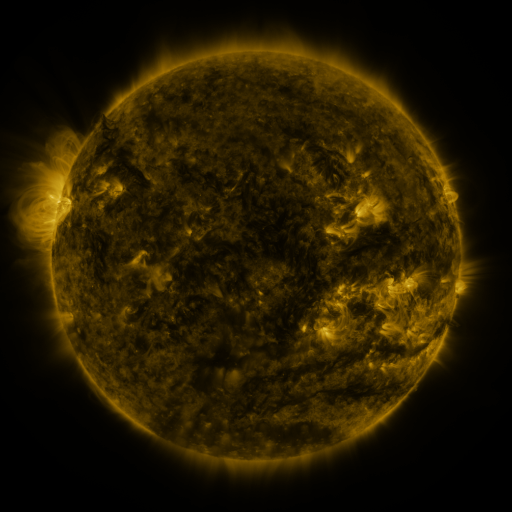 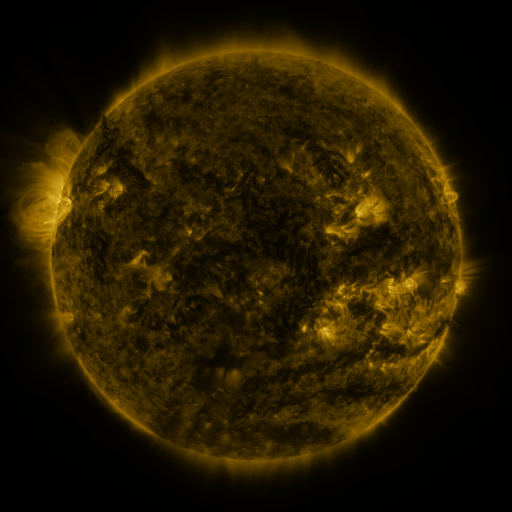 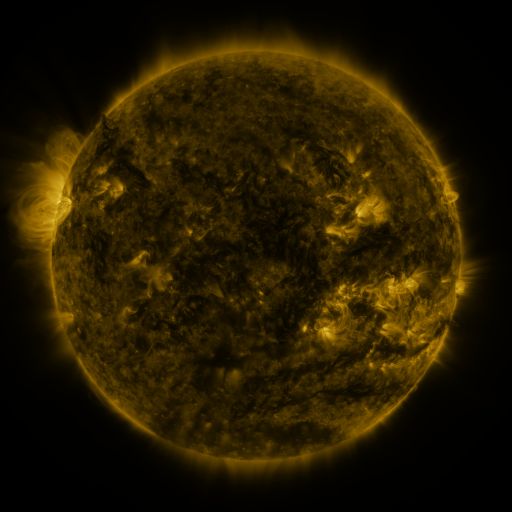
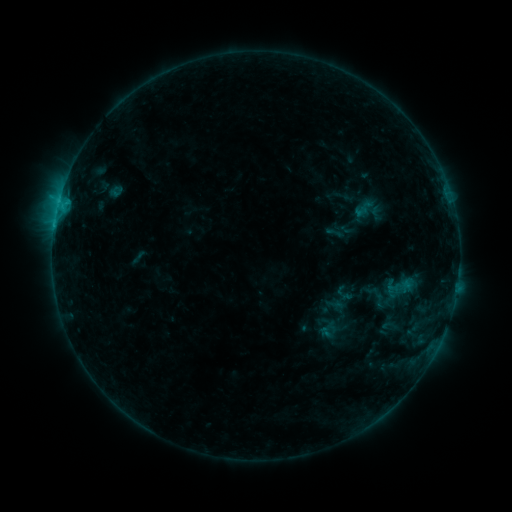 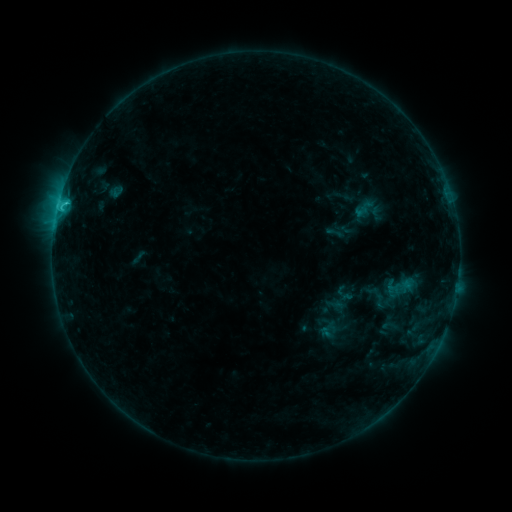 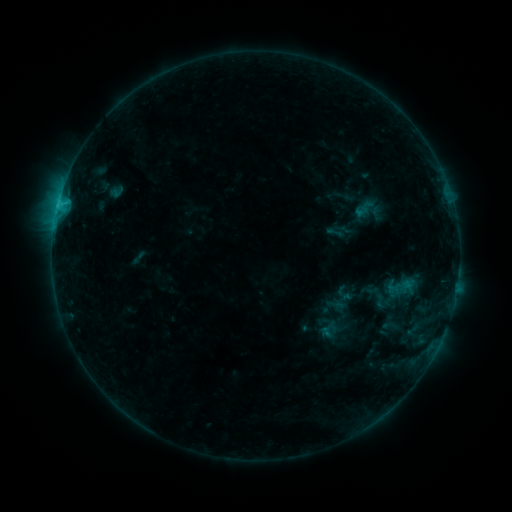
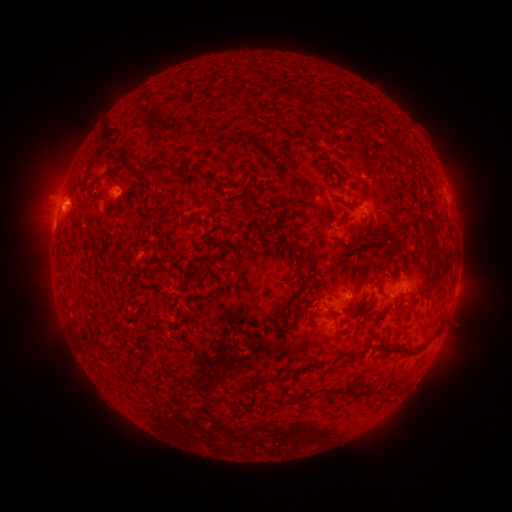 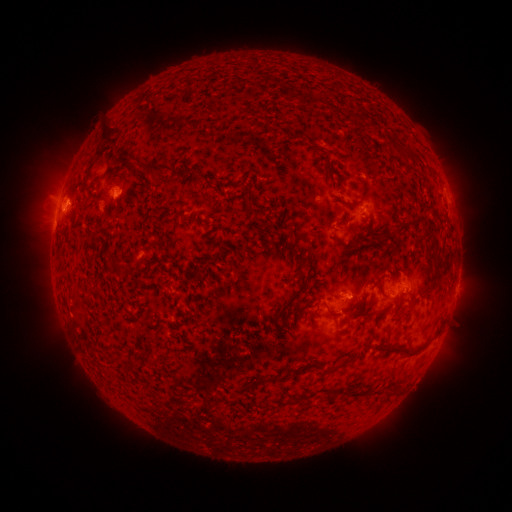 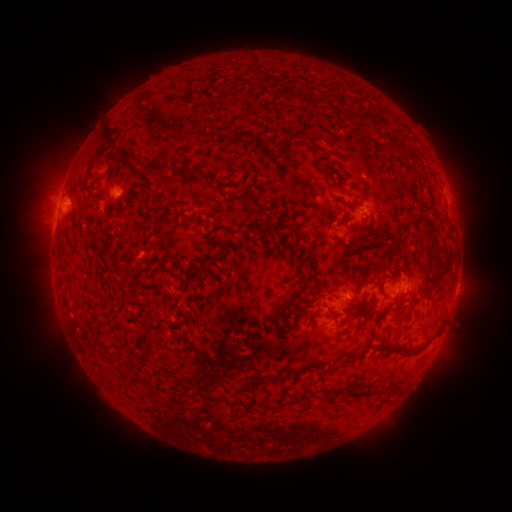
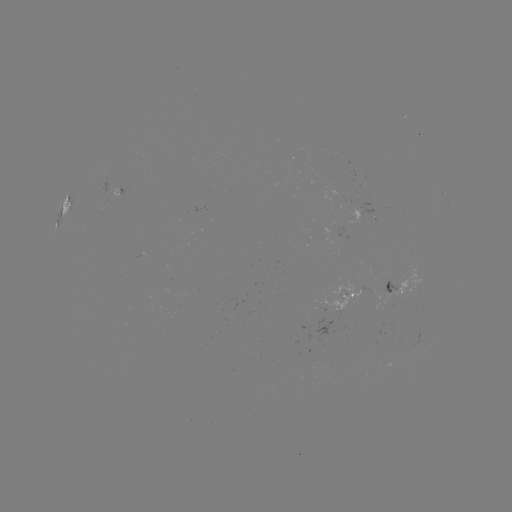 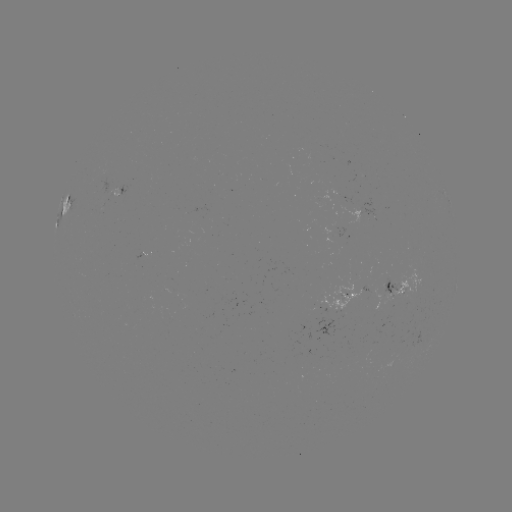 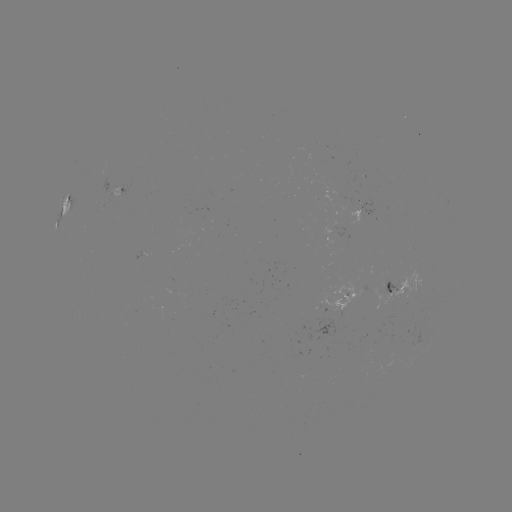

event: flare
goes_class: C1.4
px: (65, 204)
